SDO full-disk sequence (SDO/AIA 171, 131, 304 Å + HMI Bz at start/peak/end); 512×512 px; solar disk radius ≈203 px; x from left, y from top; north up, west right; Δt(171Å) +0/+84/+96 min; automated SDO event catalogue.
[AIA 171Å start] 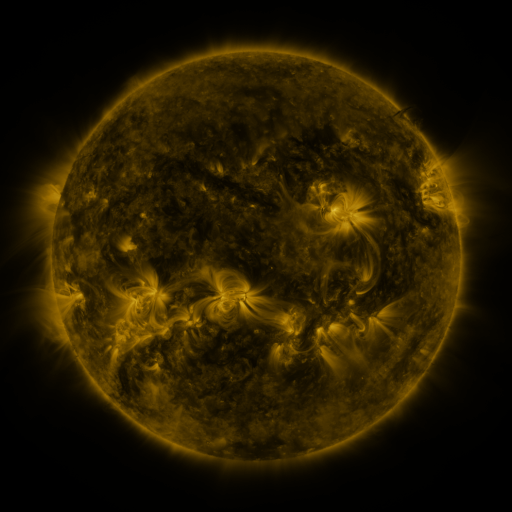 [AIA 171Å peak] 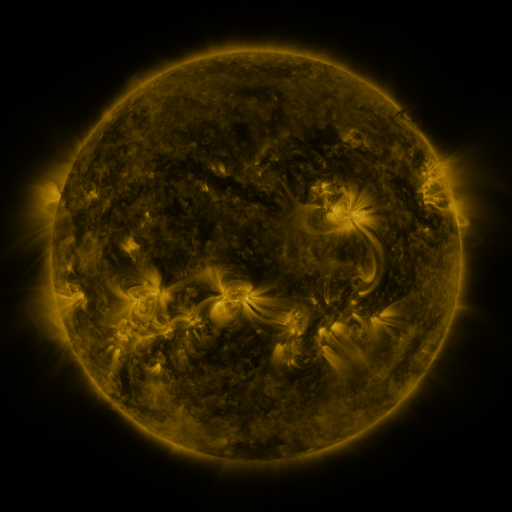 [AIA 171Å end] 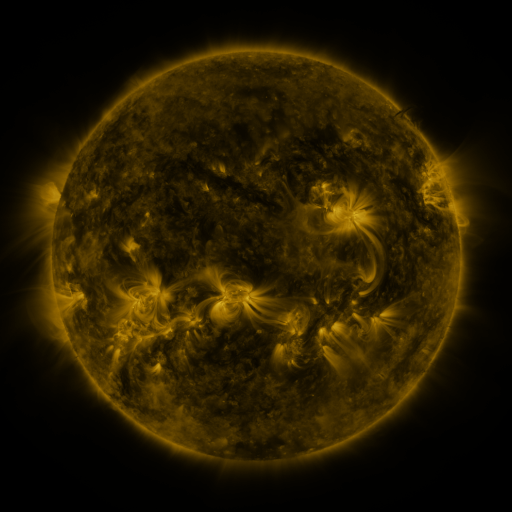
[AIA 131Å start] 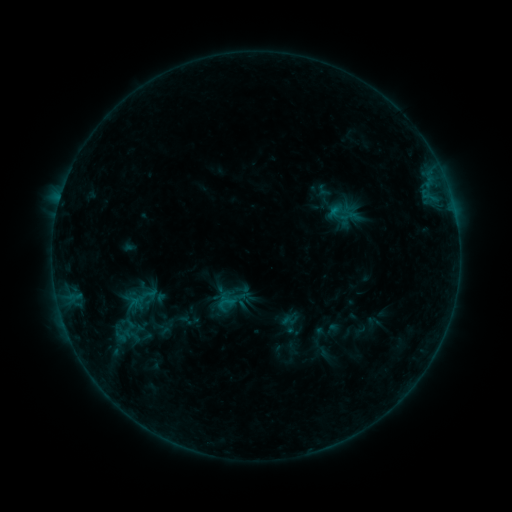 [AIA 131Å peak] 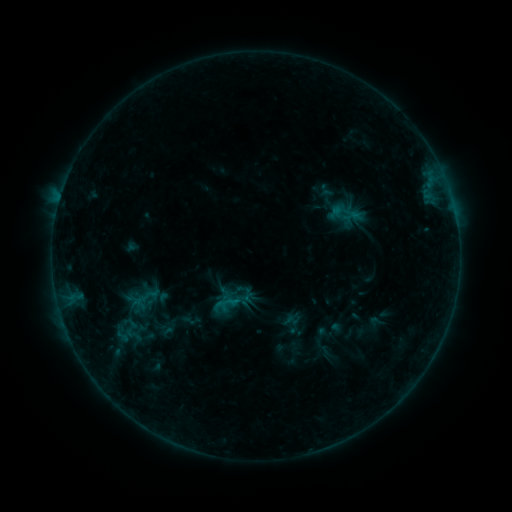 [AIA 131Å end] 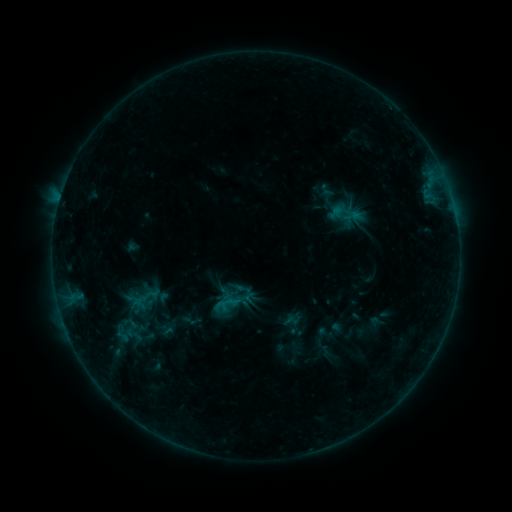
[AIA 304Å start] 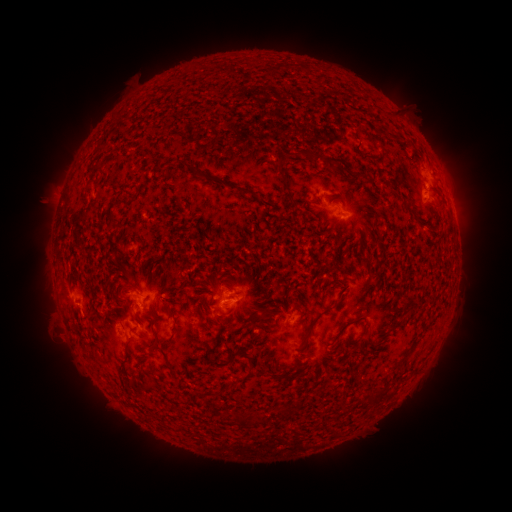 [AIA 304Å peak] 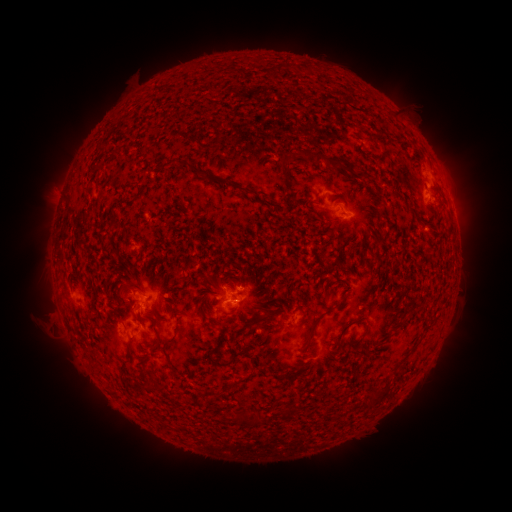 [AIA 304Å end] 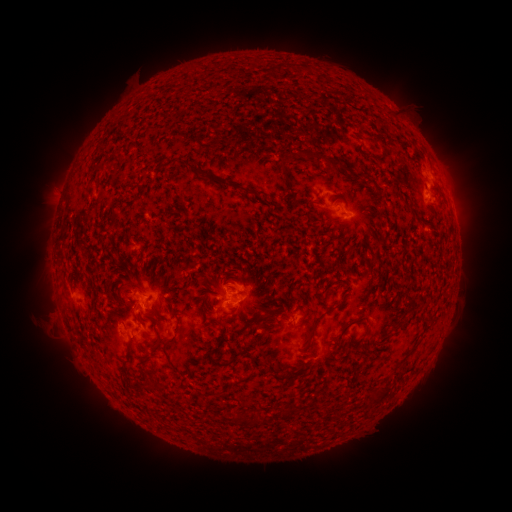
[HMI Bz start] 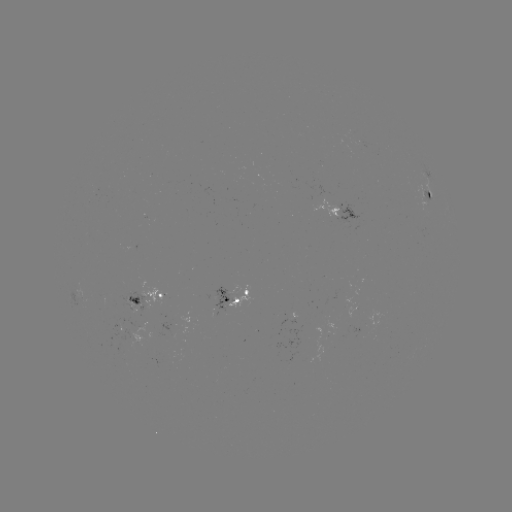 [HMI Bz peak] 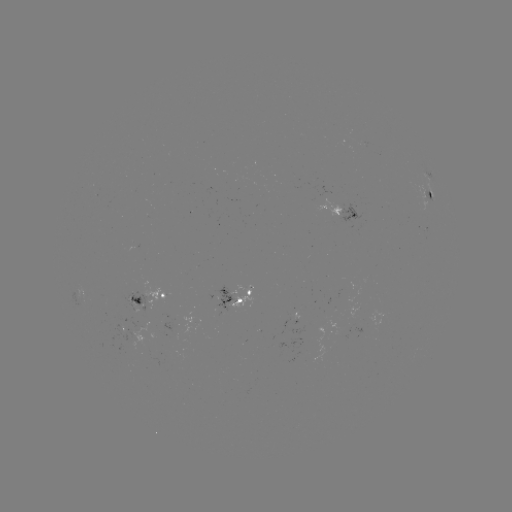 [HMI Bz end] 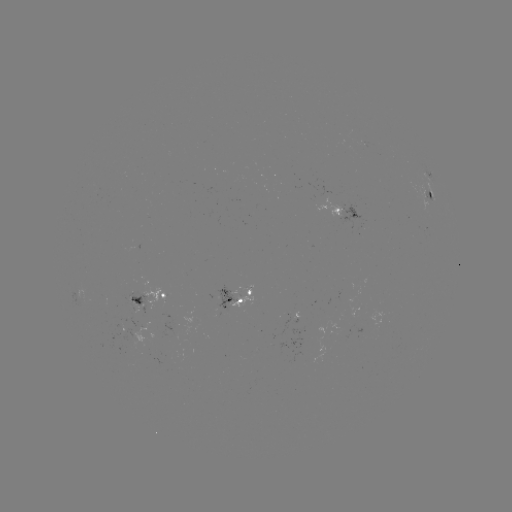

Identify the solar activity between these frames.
emerging-flux region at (220, 305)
